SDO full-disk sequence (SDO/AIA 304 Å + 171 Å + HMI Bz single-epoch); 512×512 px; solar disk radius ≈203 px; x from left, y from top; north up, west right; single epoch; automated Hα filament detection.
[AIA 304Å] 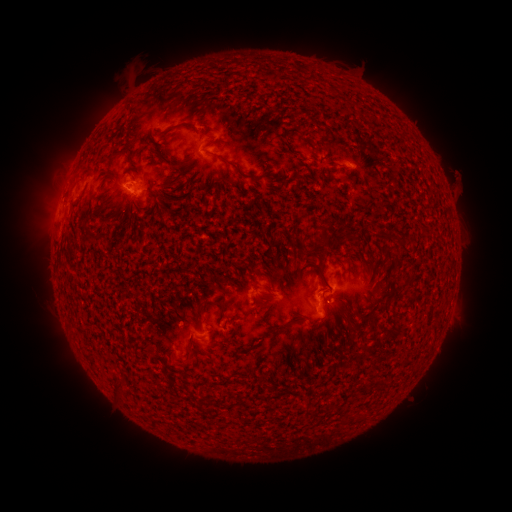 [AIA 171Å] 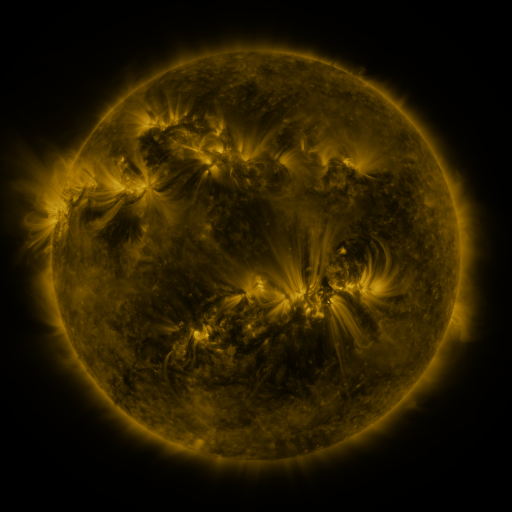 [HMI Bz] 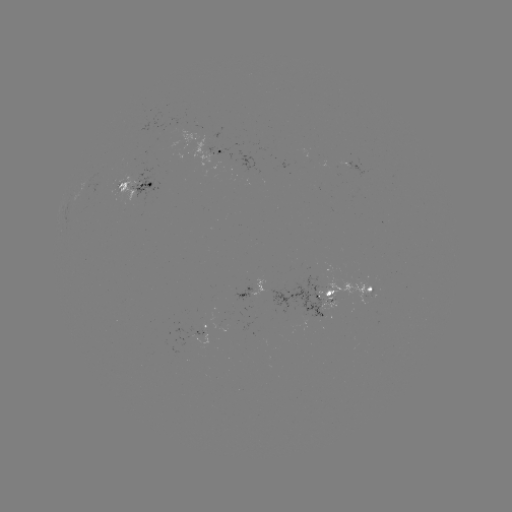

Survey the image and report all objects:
filament: <bbox>331, 86, 341, 95</bbox>
filament: <bbox>175, 121, 198, 128</bbox>
filament: <bbox>118, 145, 131, 154</bbox>
filament: <bbox>213, 152, 266, 183</bbox>
filament: <bbox>174, 161, 184, 170</bbox>
filament: <bbox>344, 232, 353, 242</bbox>
filament: <bbox>318, 236, 336, 249</bbox>
filament: <bbox>319, 272, 333, 292</bbox>
filament: <bbox>398, 280, 413, 290</bbox>
filament: <bbox>384, 295, 392, 304</bbox>
filament: <bbox>192, 301, 206, 327</bbox>
filament: <bbox>375, 307, 385, 316</bbox>
filament: <bbox>357, 314, 368, 324</bbox>
filament: <bbox>271, 323, 287, 332</bbox>
filament: <bbox>384, 328, 398, 342</bbox>
filament: <bbox>112, 376, 123, 389</bbox>
